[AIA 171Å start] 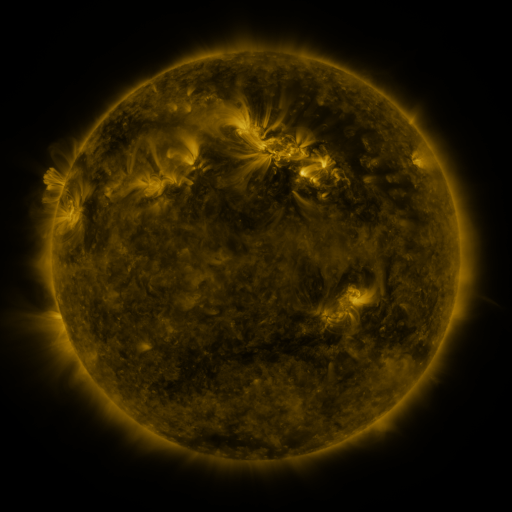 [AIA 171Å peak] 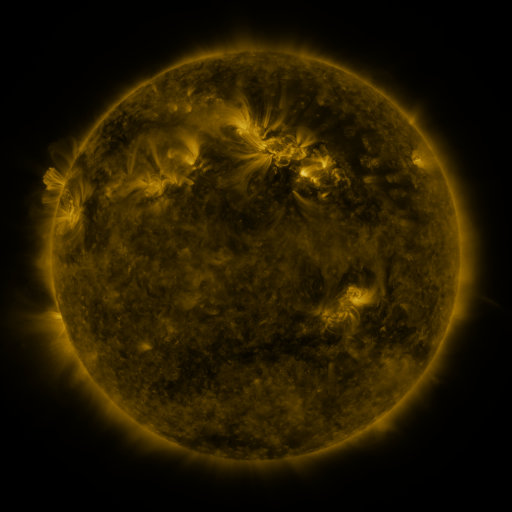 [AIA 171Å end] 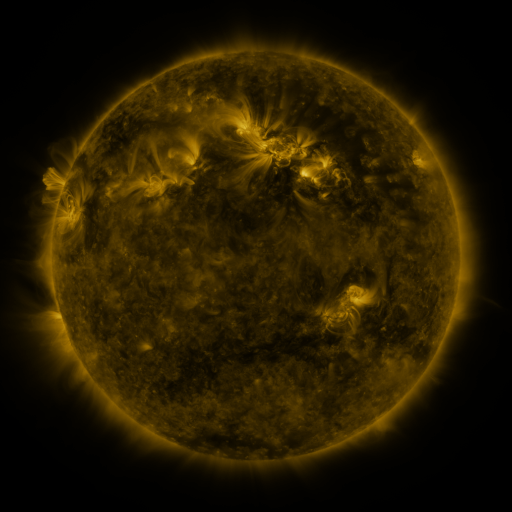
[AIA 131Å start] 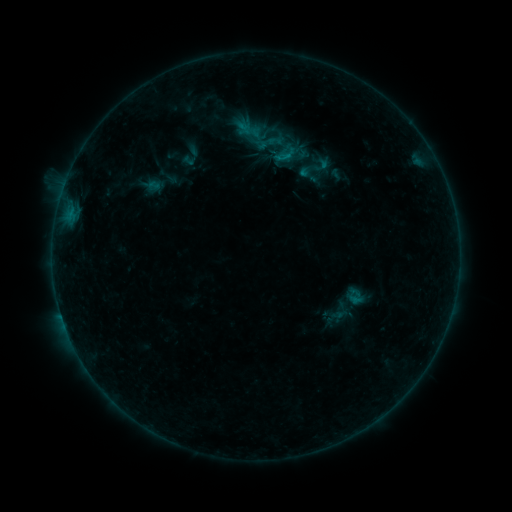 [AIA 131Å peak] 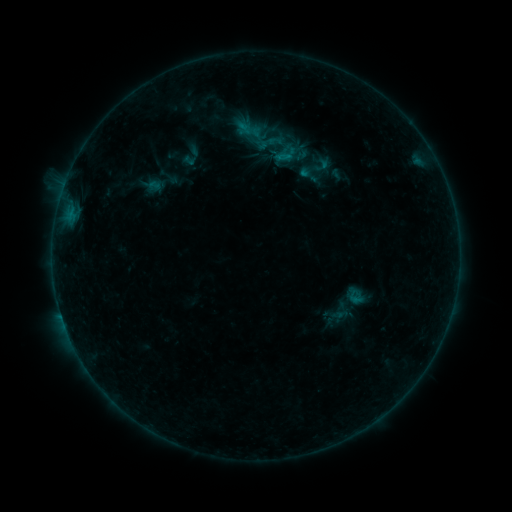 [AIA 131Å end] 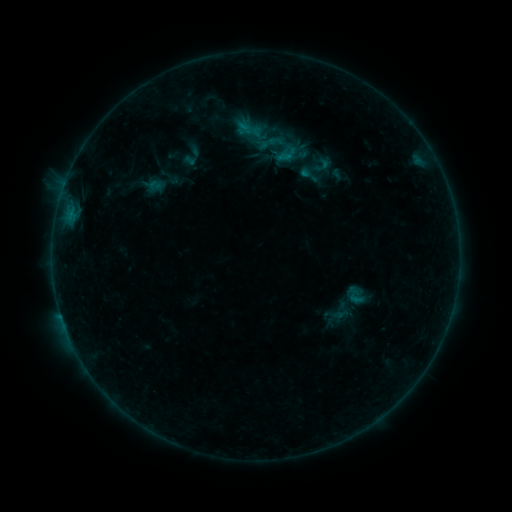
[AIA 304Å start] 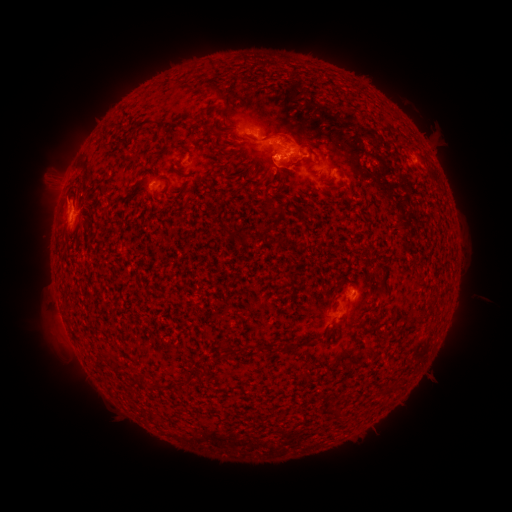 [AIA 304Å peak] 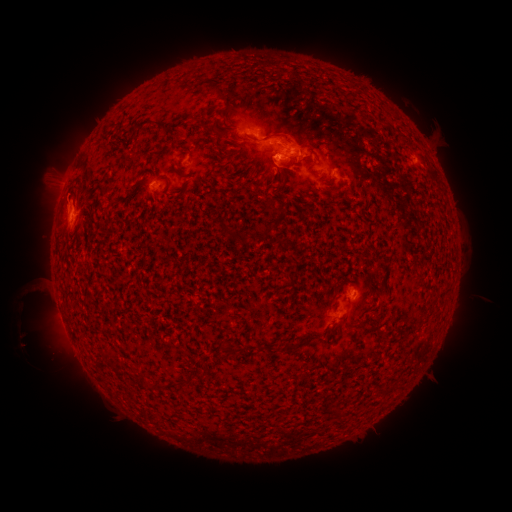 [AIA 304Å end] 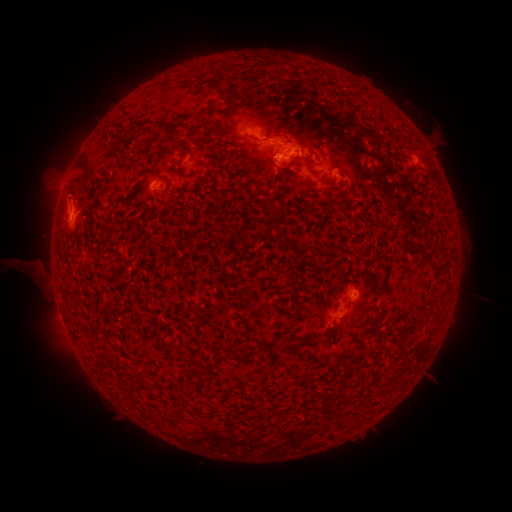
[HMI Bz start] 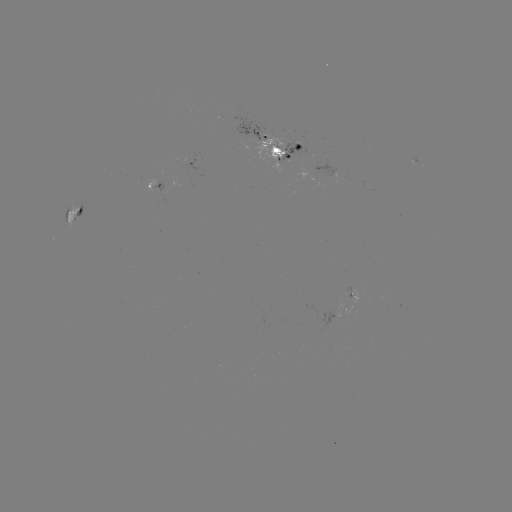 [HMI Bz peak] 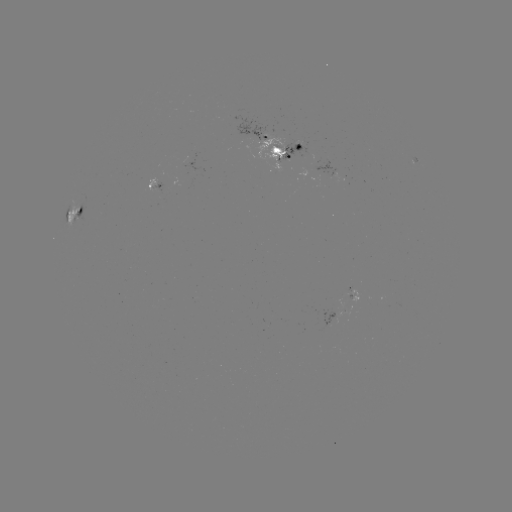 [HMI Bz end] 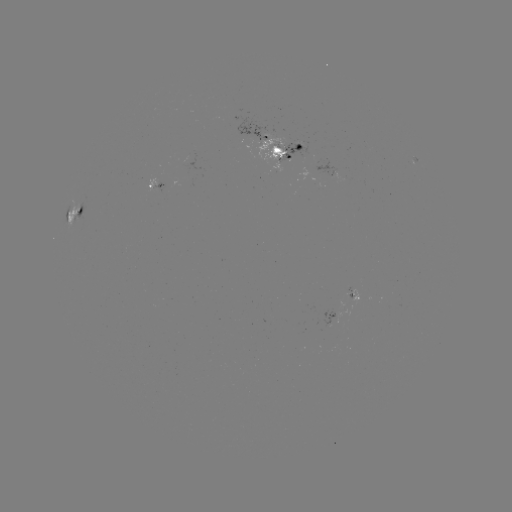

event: eruption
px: (32, 284)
